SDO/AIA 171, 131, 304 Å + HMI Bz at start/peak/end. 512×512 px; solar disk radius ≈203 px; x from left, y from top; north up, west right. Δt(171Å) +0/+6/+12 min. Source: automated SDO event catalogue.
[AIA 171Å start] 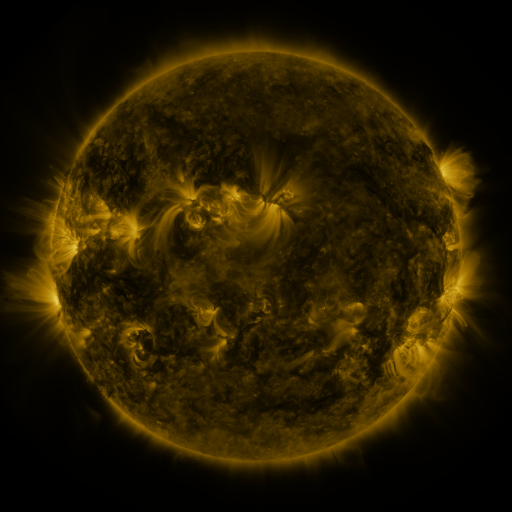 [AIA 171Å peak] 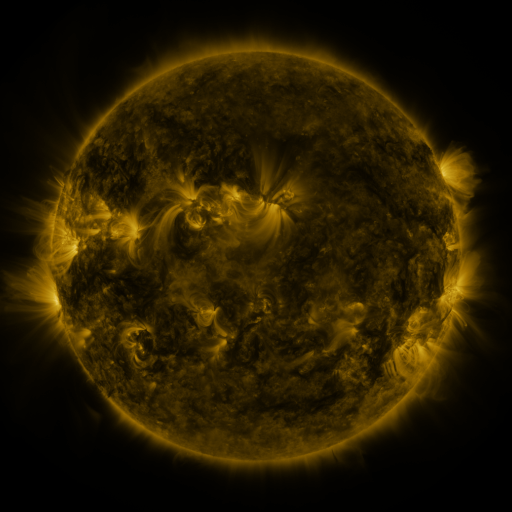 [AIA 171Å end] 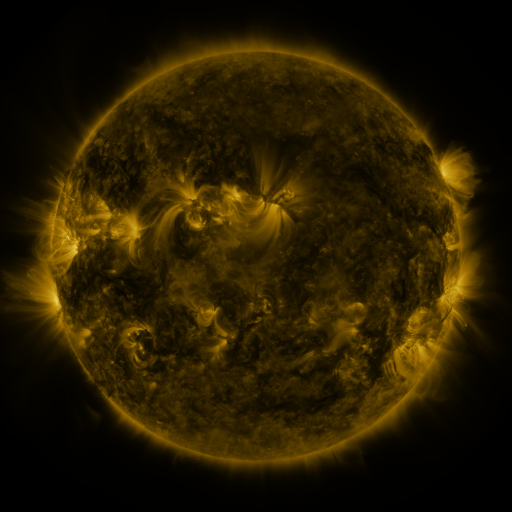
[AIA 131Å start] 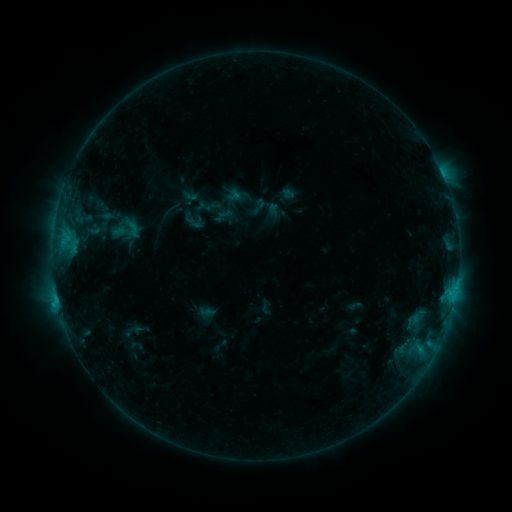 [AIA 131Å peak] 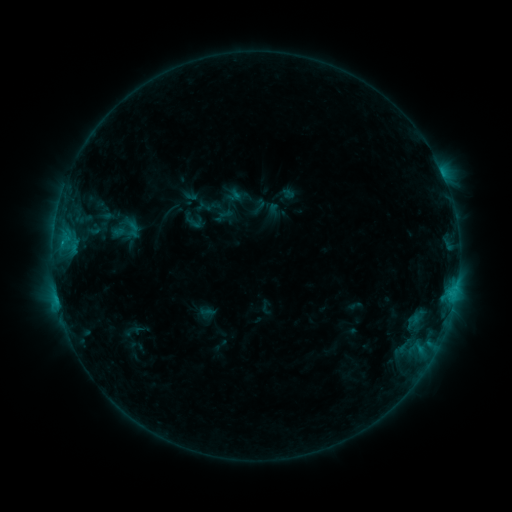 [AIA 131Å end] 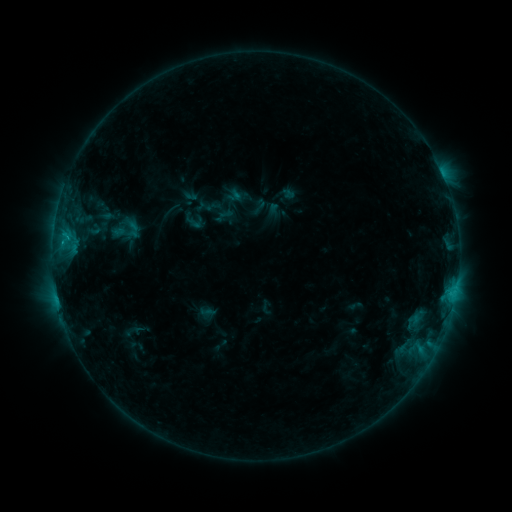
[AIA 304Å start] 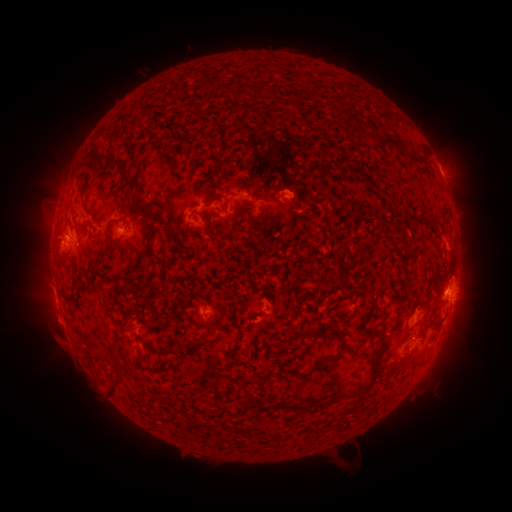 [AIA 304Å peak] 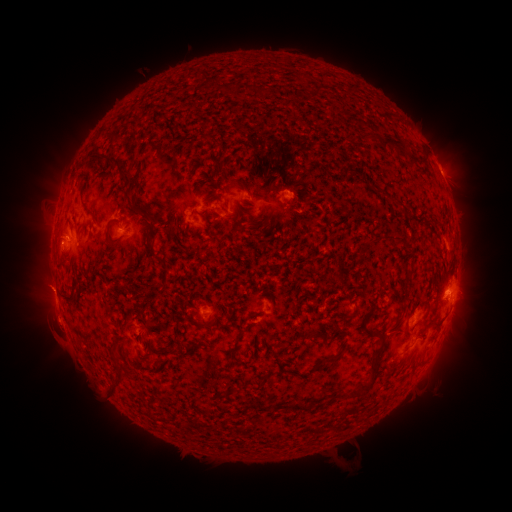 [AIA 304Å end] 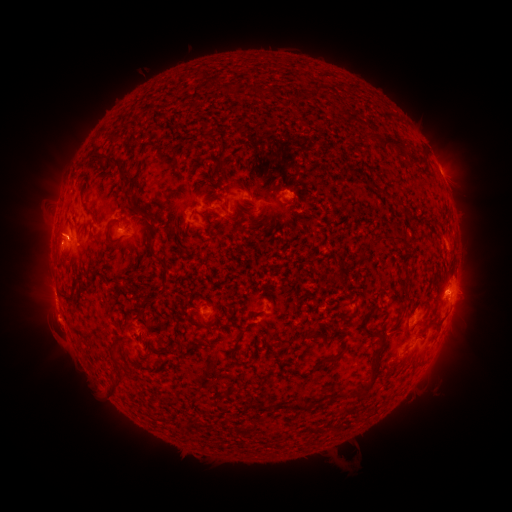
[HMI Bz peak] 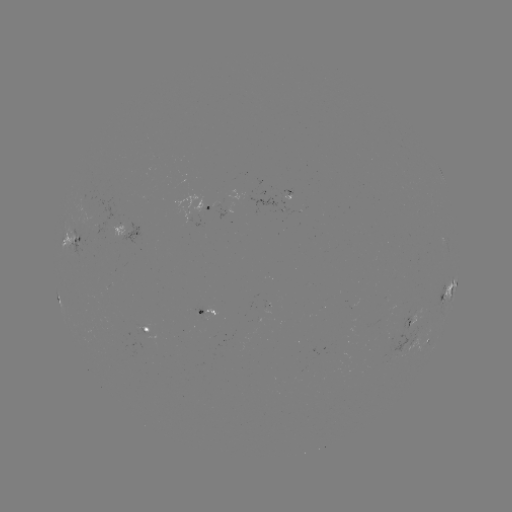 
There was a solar eruption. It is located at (45, 289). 